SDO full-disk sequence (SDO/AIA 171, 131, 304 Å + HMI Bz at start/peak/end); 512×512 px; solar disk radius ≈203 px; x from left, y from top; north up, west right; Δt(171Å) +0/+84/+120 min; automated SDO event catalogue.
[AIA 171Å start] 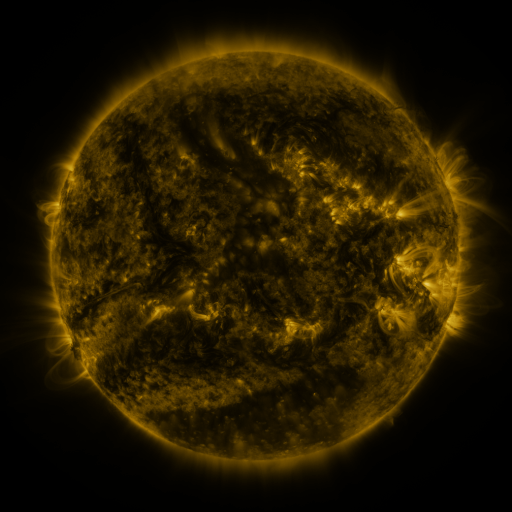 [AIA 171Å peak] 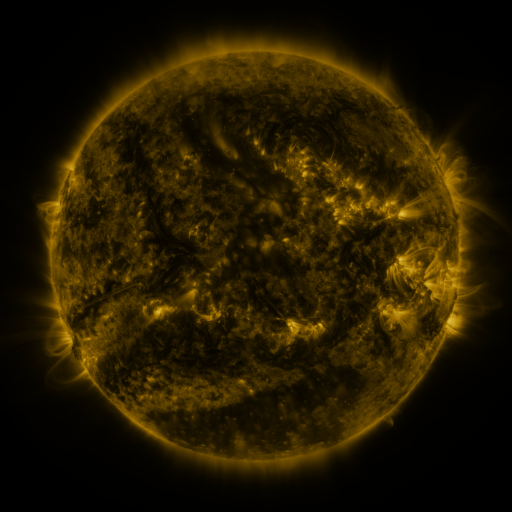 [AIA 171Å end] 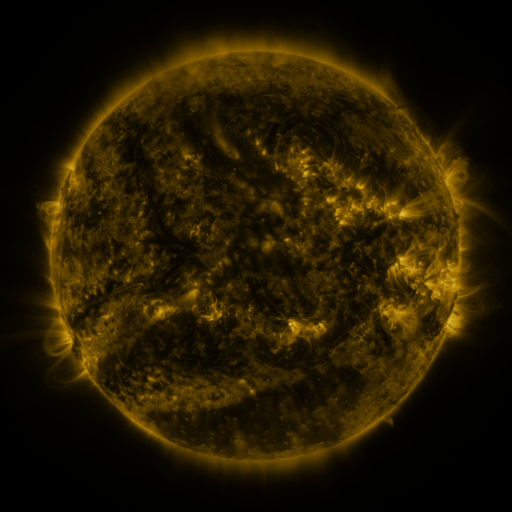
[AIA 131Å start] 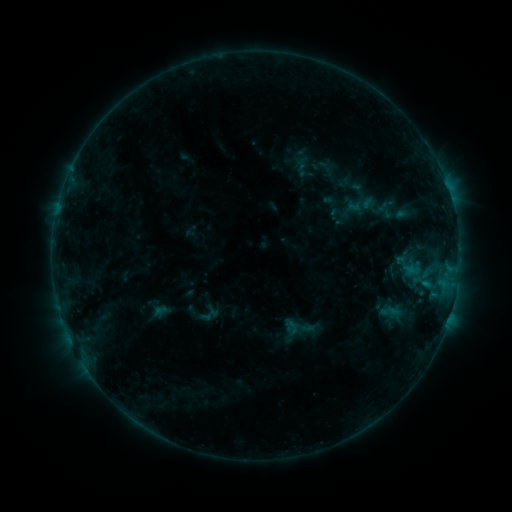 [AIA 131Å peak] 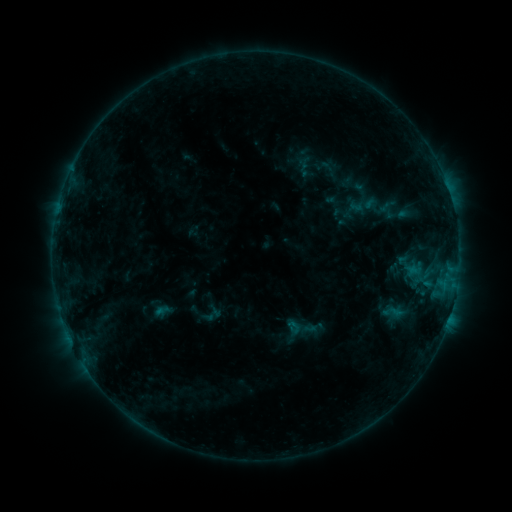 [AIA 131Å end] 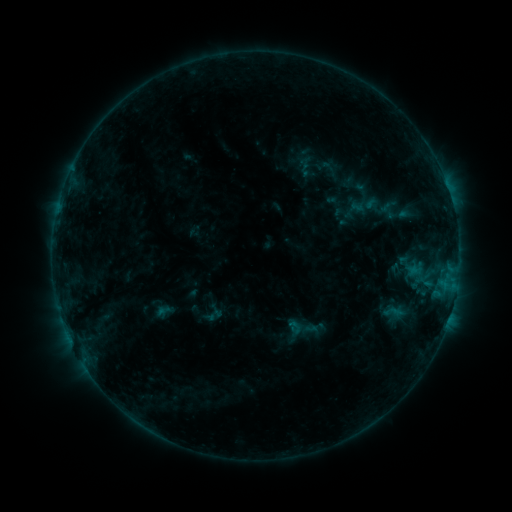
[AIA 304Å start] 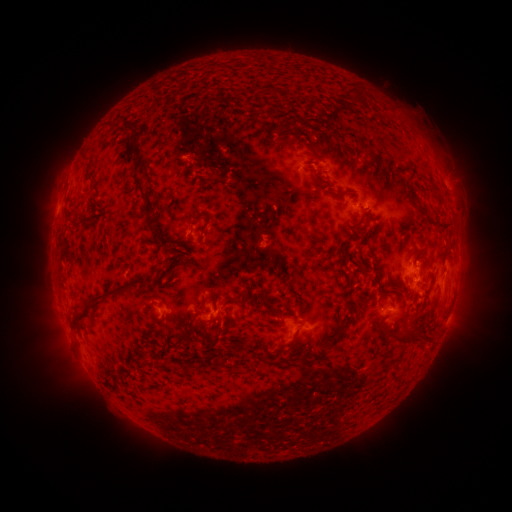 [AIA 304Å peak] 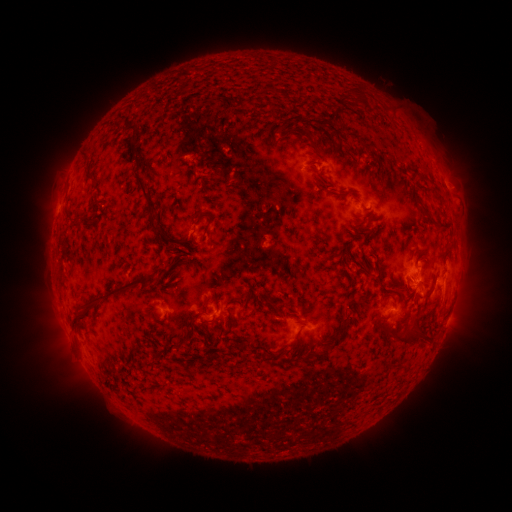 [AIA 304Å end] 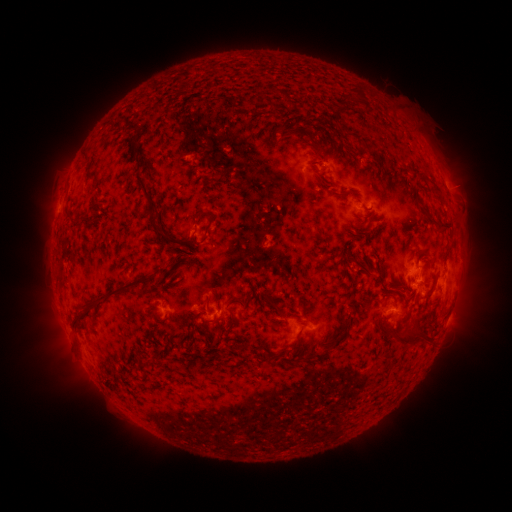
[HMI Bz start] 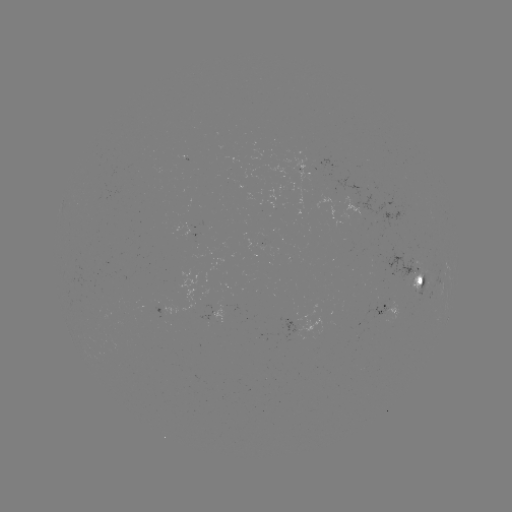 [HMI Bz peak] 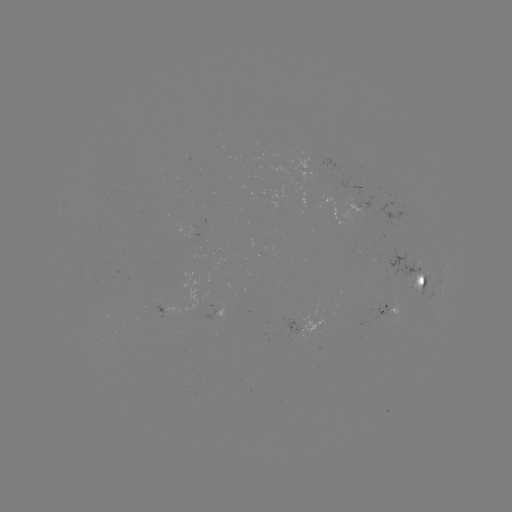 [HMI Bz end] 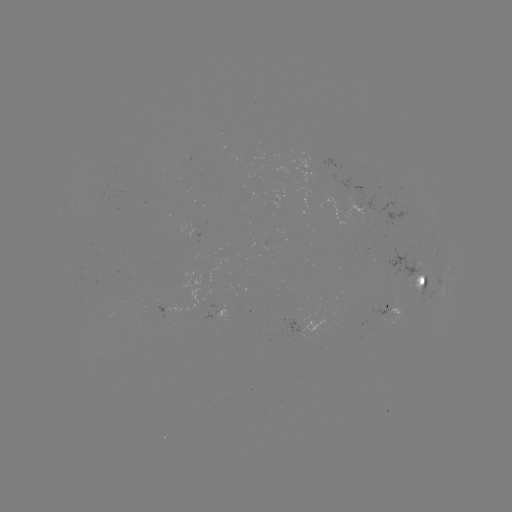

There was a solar emerging-flux region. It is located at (412, 263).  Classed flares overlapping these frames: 1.